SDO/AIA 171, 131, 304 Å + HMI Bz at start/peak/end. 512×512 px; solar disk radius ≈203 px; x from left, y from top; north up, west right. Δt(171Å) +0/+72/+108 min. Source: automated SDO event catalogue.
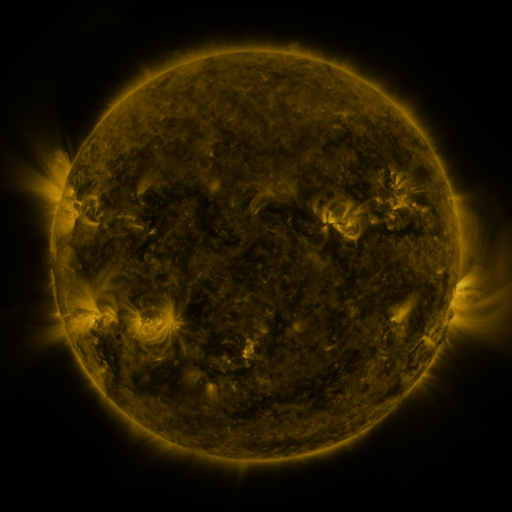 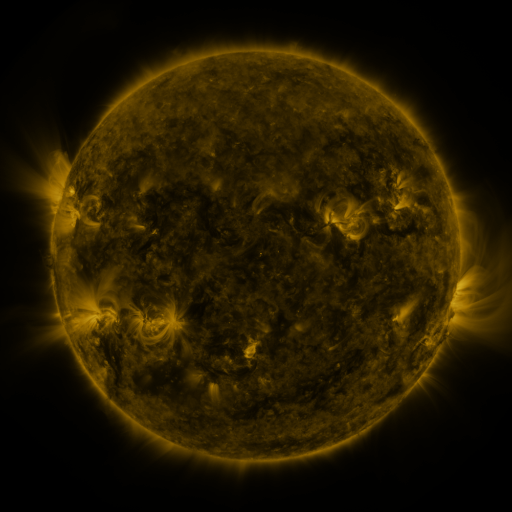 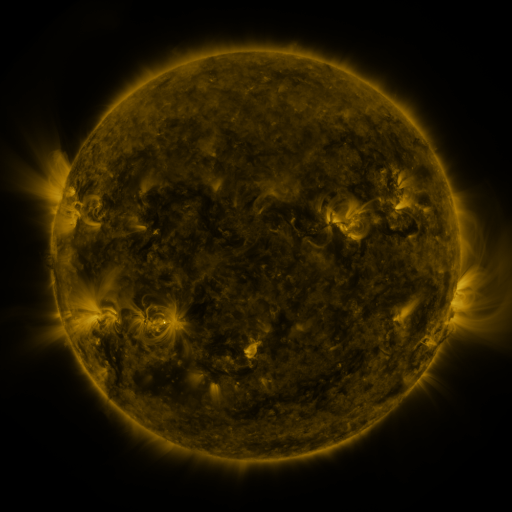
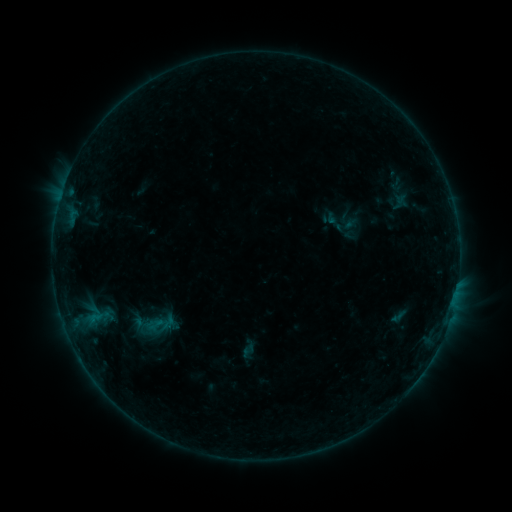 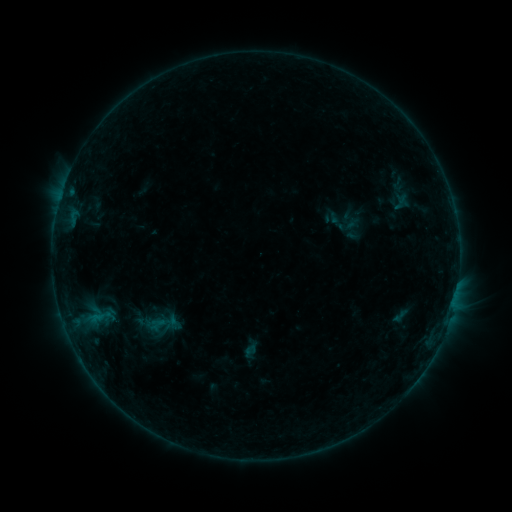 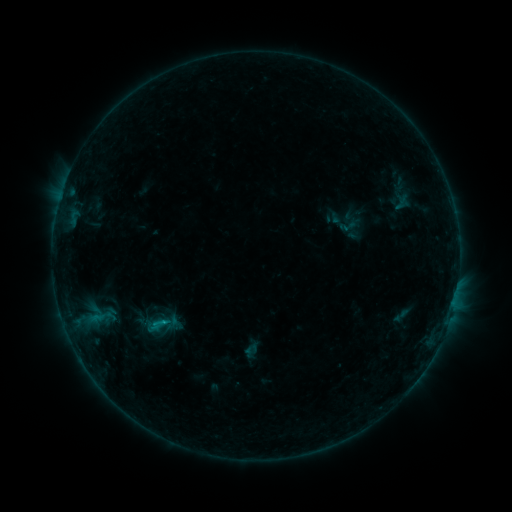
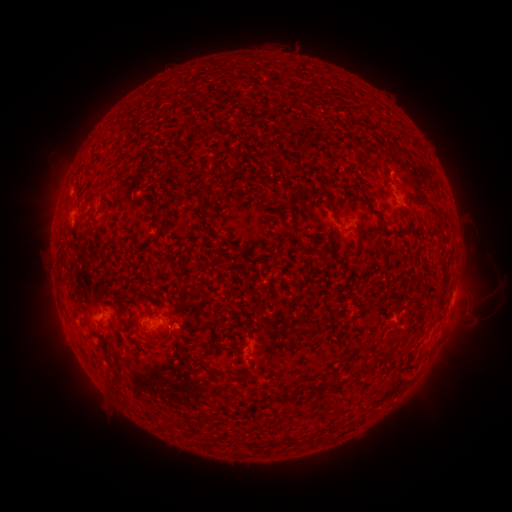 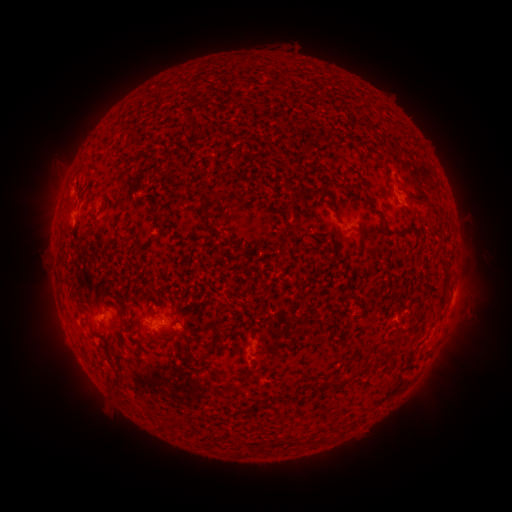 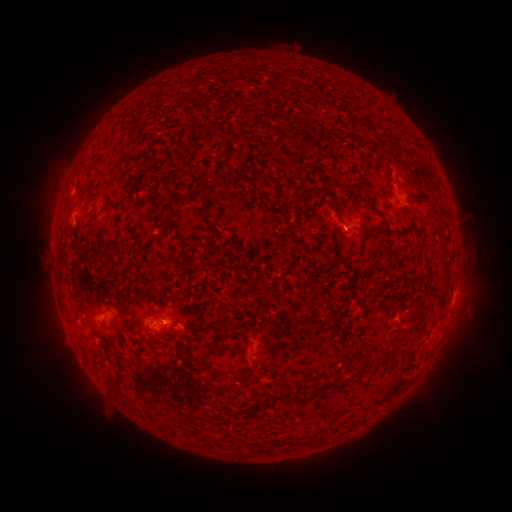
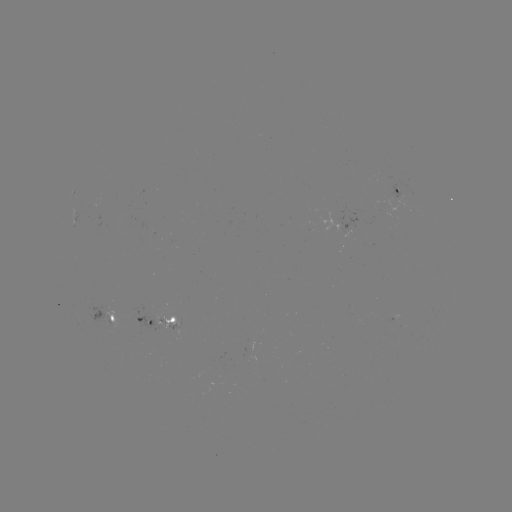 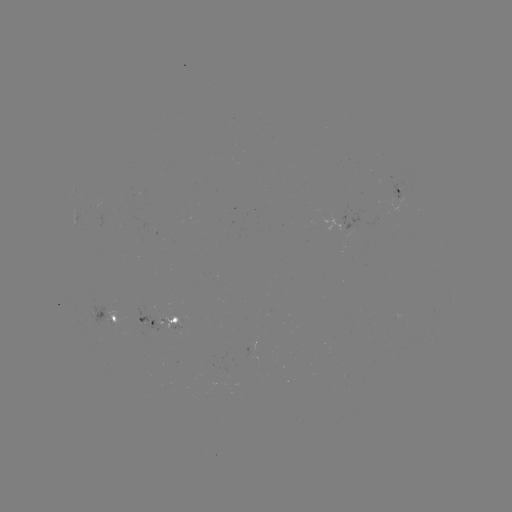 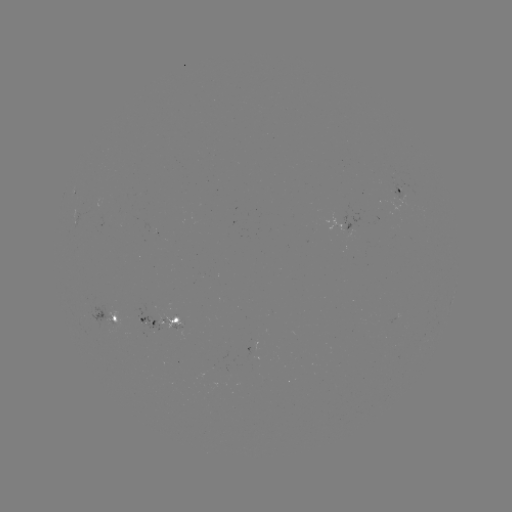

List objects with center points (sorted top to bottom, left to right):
emerging-flux region: (173, 318)
